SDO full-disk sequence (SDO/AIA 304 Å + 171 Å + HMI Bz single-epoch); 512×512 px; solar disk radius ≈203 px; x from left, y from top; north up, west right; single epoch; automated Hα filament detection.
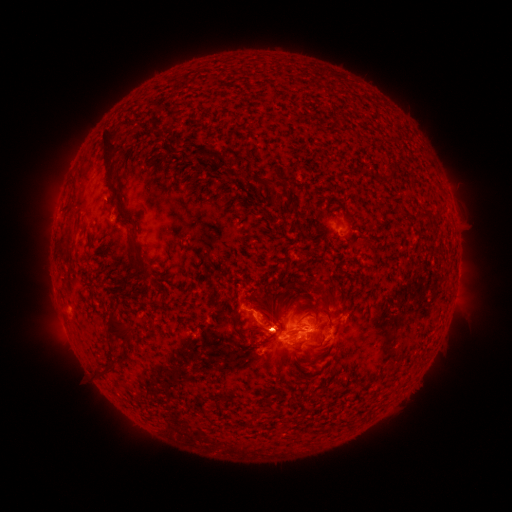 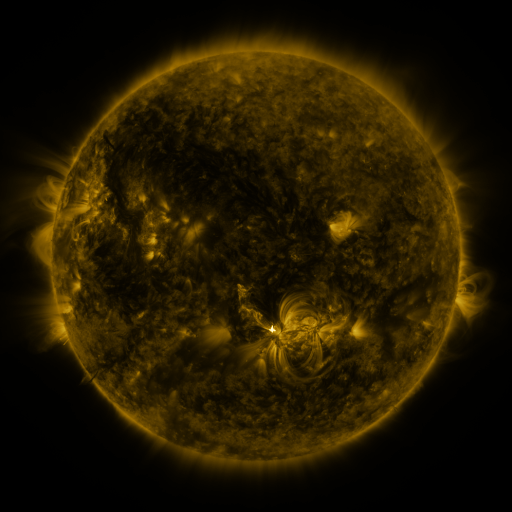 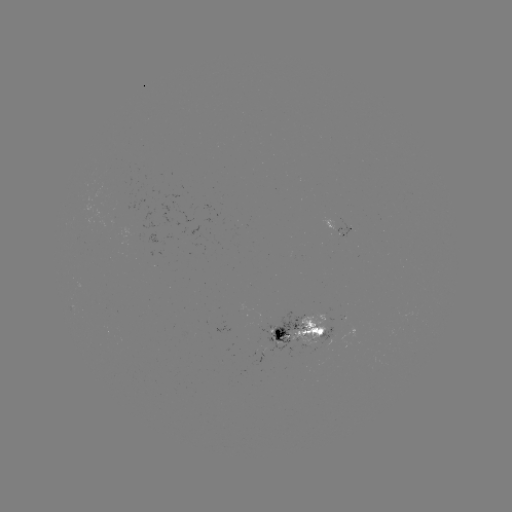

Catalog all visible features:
filament: <bbox>98, 129, 117, 199</bbox>
filament: <bbox>184, 148, 198, 162</bbox>
filament: <bbox>209, 152, 223, 165</bbox>
filament: <bbox>153, 153, 161, 163</bbox>
filament: <bbox>227, 158, 235, 170</bbox>
filament: <bbox>191, 167, 200, 172</bbox>
filament: <bbox>253, 172, 277, 188</bbox>
filament: <bbox>115, 202, 133, 225</bbox>
filament: <bbox>416, 208, 430, 218</bbox>
filament: <bbox>276, 228, 285, 239</bbox>
filament: <bbox>346, 237, 369, 246</bbox>
filament: <bbox>128, 238, 150, 286</bbox>
filament: <bbox>310, 280, 338, 304</bbox>
filament: <bbox>282, 281, 295, 293</bbox>
filament: <bbox>277, 293, 285, 306</bbox>
filament: <bbox>314, 305, 335, 317</bbox>
filament: <bbox>232, 311, 248, 340</bbox>
filament: <bbox>107, 315, 135, 351</bbox>
filament: <bbox>248, 321, 273, 333</bbox>
filament: <bbox>309, 338, 325, 349</bbox>
filament: <bbox>99, 365, 117, 379</bbox>
